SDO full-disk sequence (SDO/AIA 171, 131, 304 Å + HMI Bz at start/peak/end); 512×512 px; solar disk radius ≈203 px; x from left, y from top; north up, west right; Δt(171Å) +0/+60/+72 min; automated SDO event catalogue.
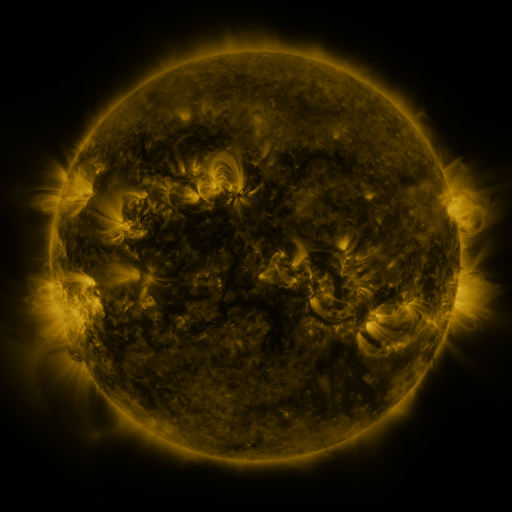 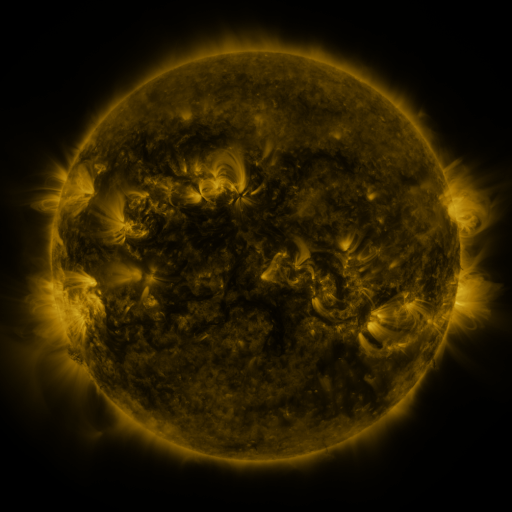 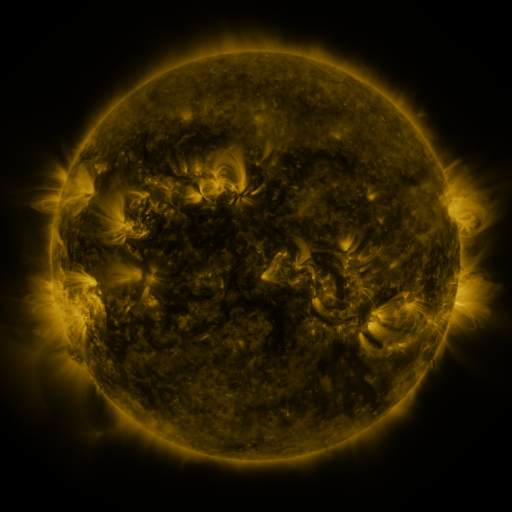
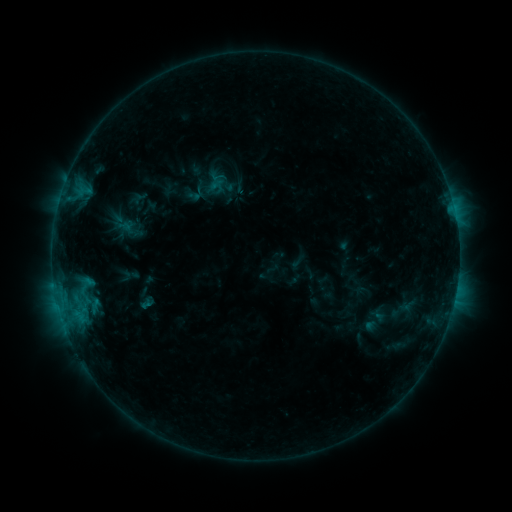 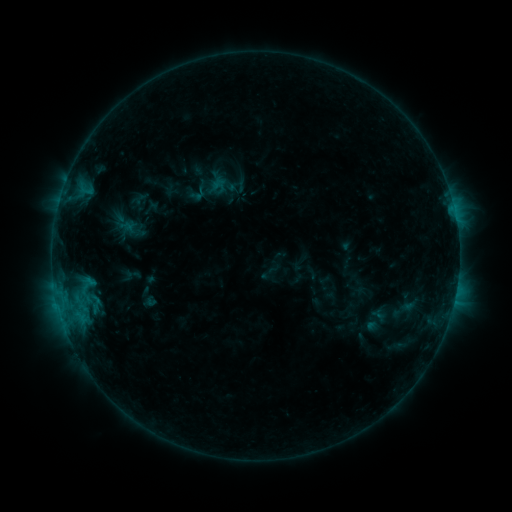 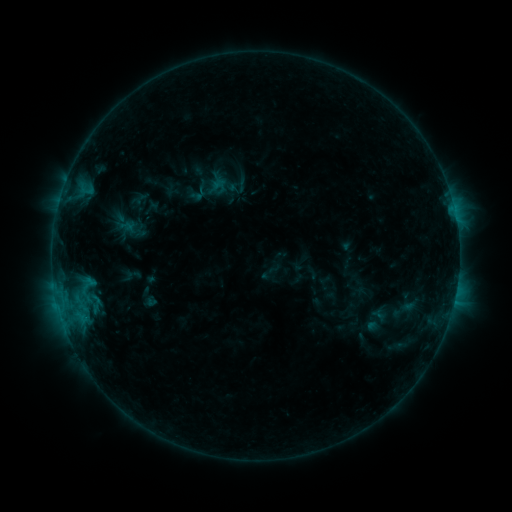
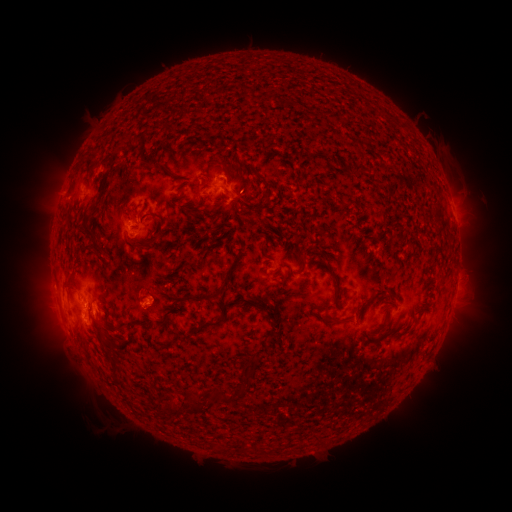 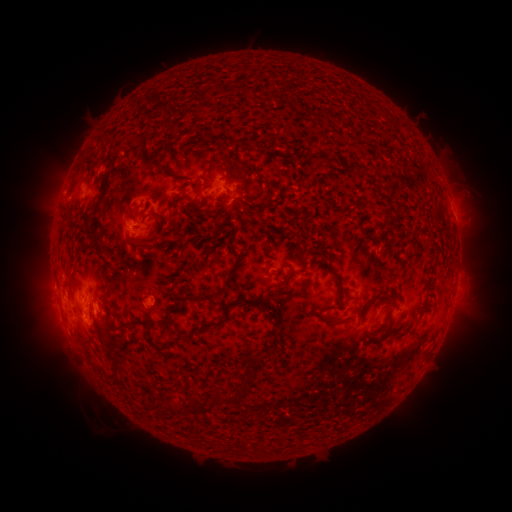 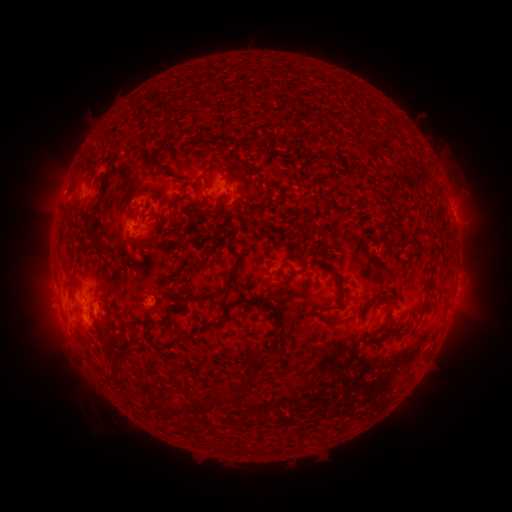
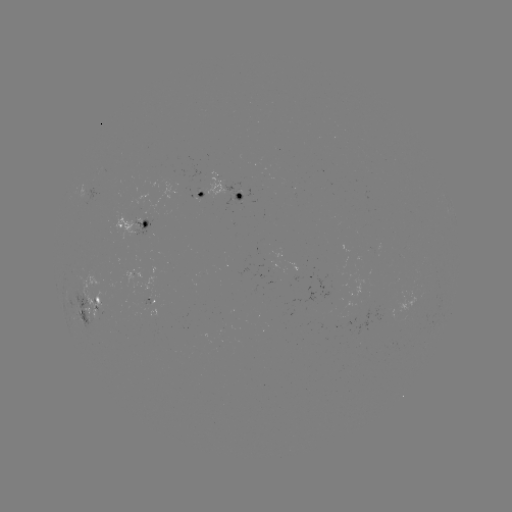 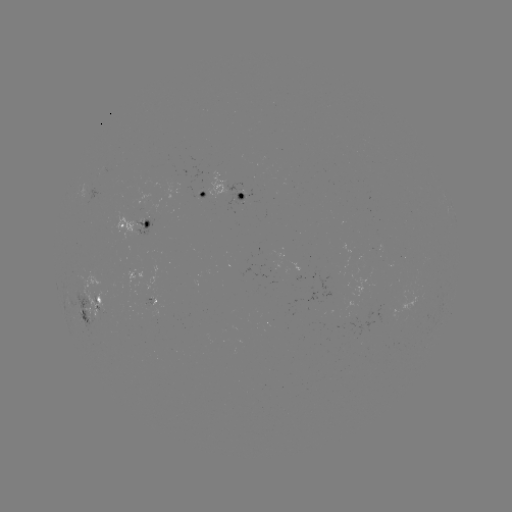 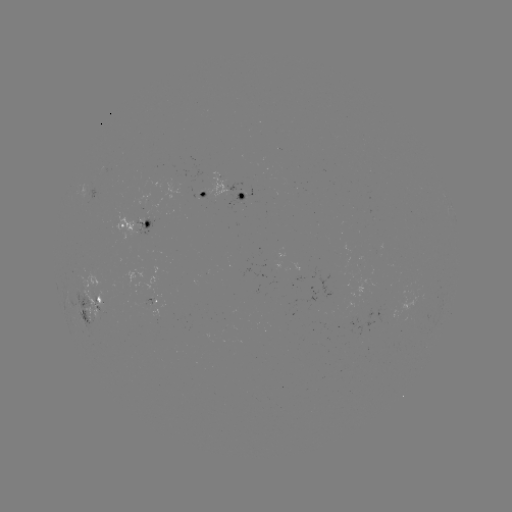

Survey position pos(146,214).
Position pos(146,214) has emerging-flux region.